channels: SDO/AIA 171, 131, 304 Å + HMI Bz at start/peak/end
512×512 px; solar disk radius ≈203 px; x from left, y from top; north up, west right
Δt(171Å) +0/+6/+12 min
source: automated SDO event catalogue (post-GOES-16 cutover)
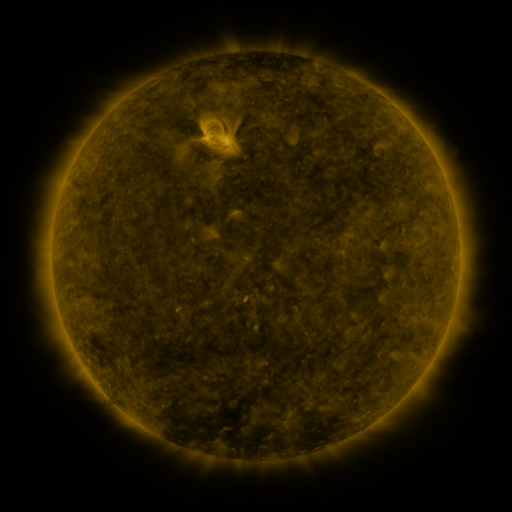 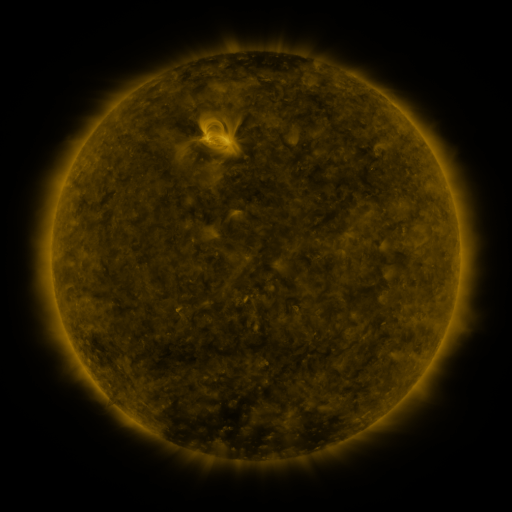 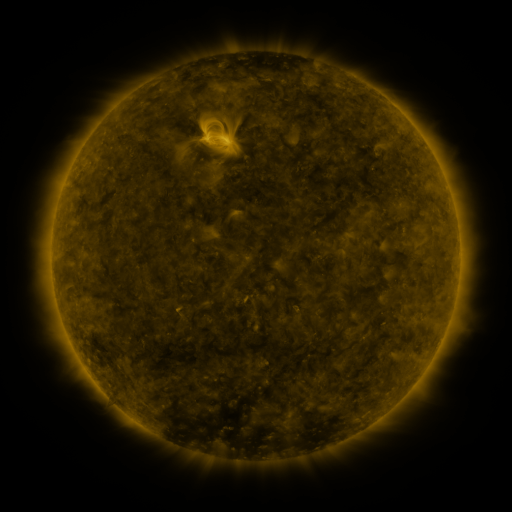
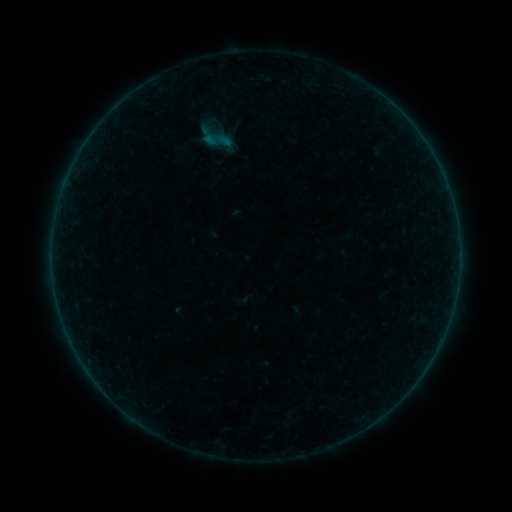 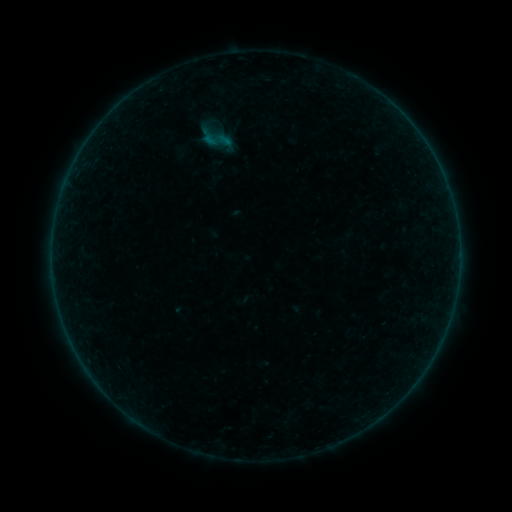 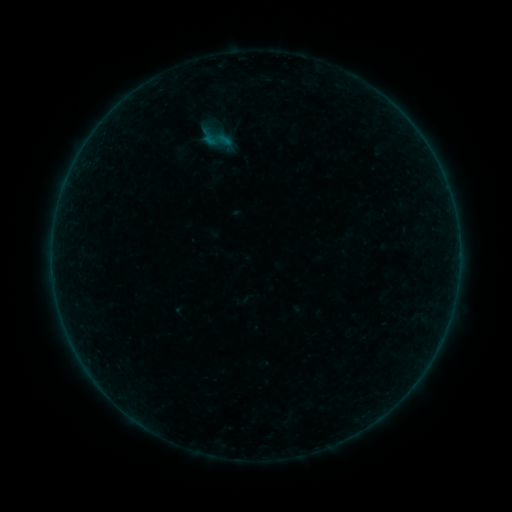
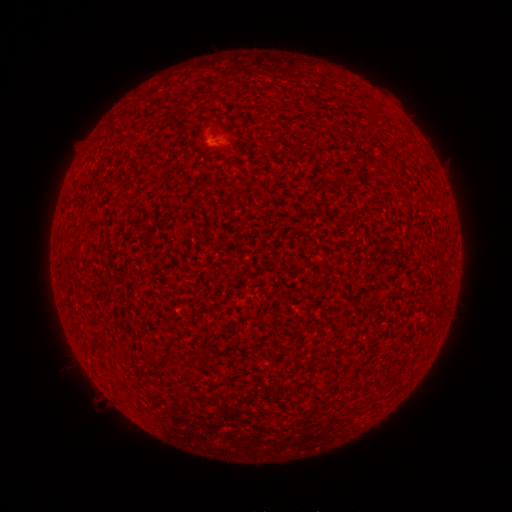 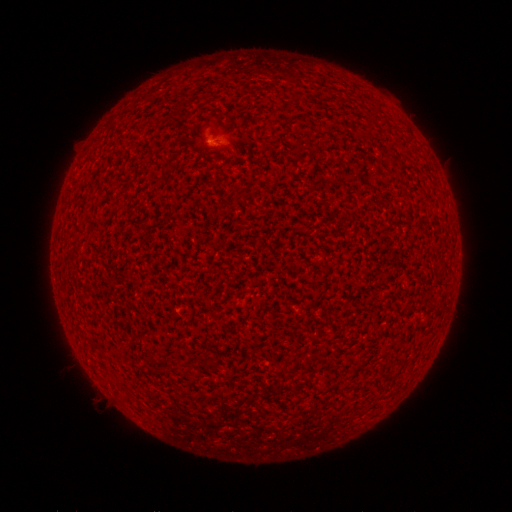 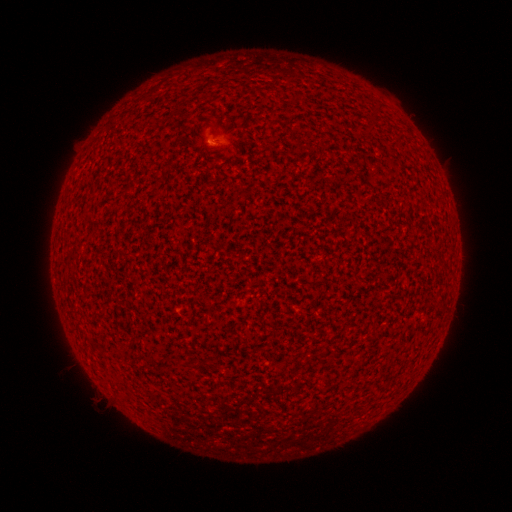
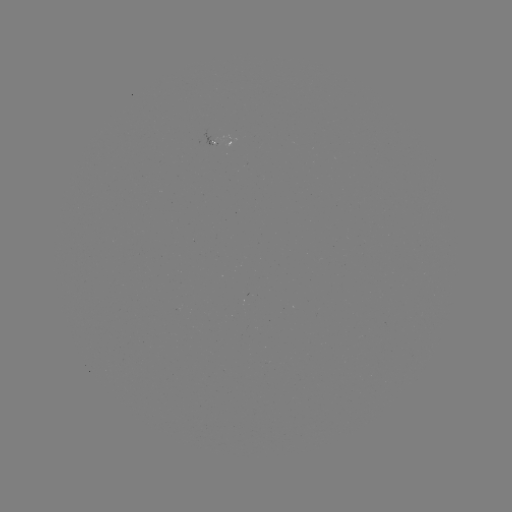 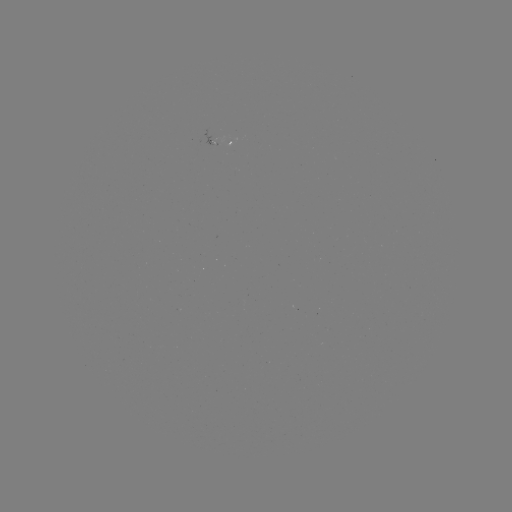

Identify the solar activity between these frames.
A3.2 flare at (212, 144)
